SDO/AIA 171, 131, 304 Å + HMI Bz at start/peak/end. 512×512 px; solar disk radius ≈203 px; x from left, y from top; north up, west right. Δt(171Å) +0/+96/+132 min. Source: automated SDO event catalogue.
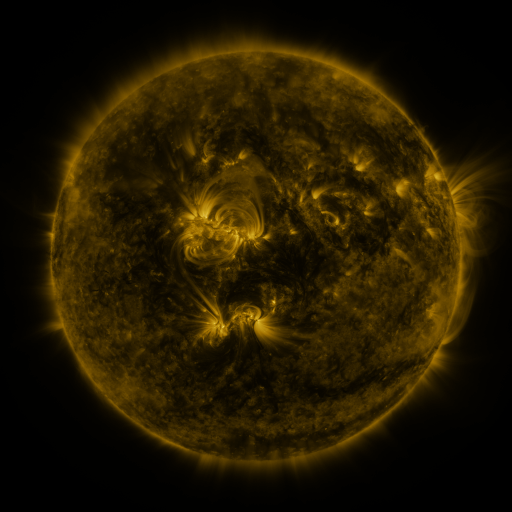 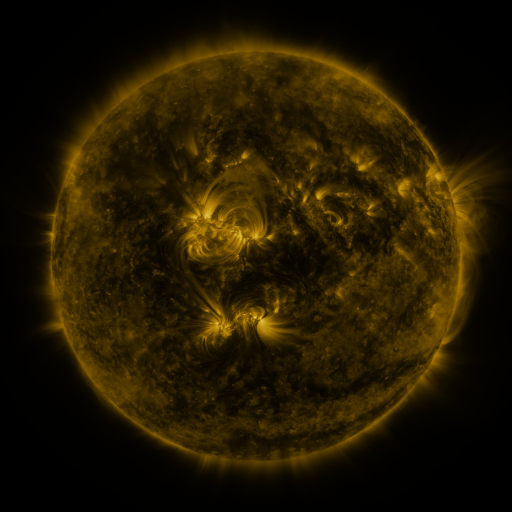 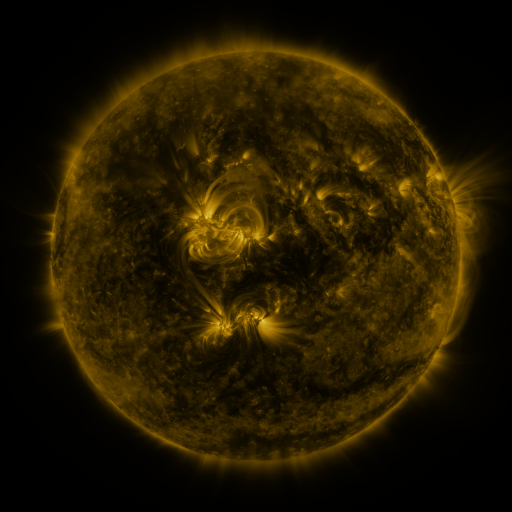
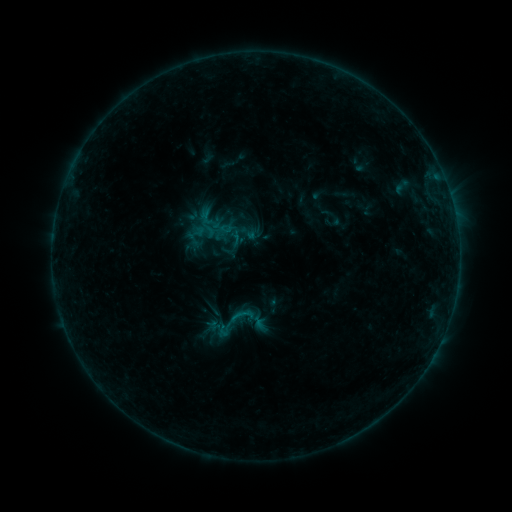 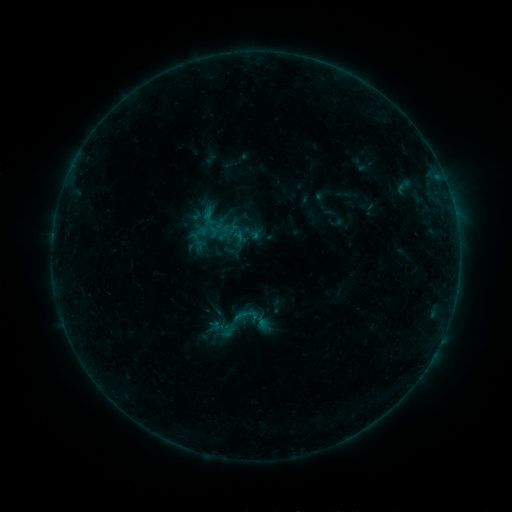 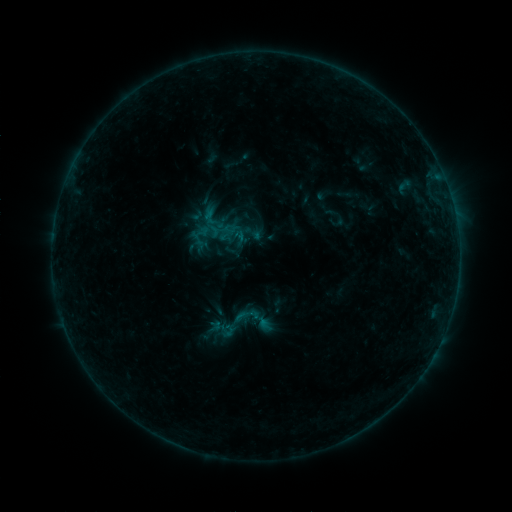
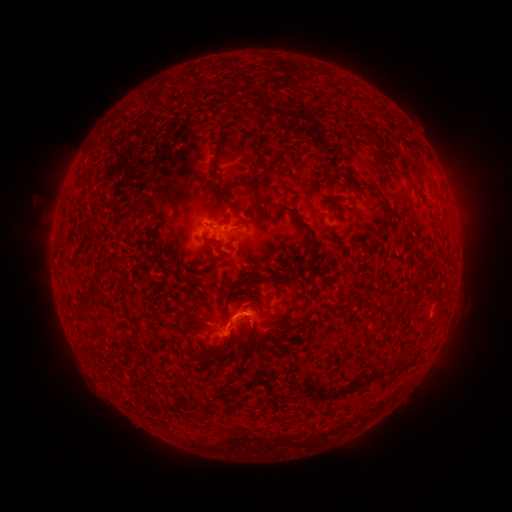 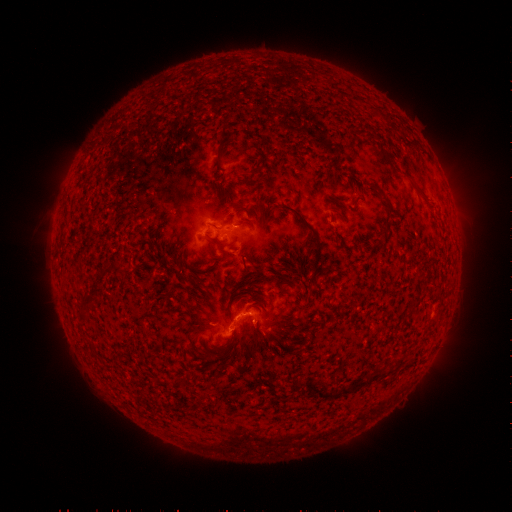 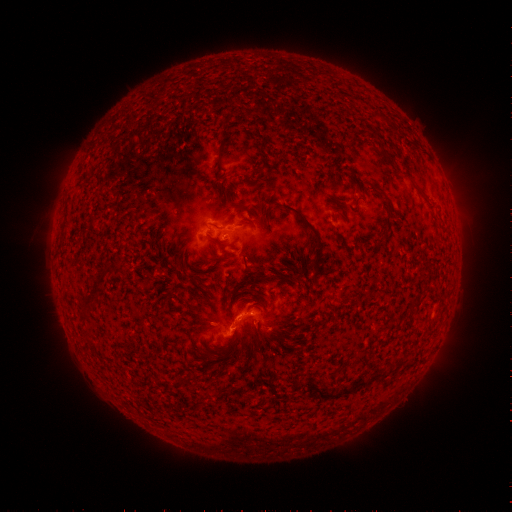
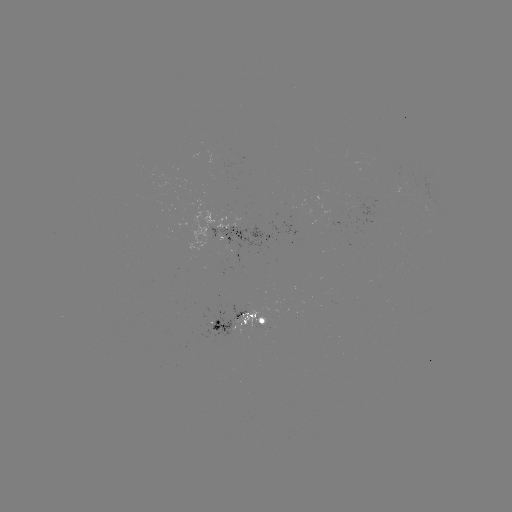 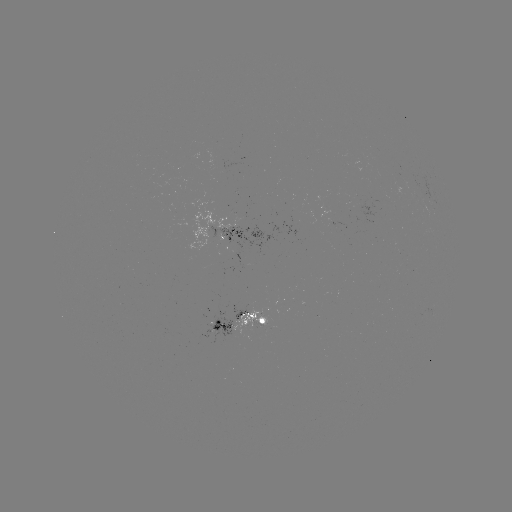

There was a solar emerging-flux region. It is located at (232, 238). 